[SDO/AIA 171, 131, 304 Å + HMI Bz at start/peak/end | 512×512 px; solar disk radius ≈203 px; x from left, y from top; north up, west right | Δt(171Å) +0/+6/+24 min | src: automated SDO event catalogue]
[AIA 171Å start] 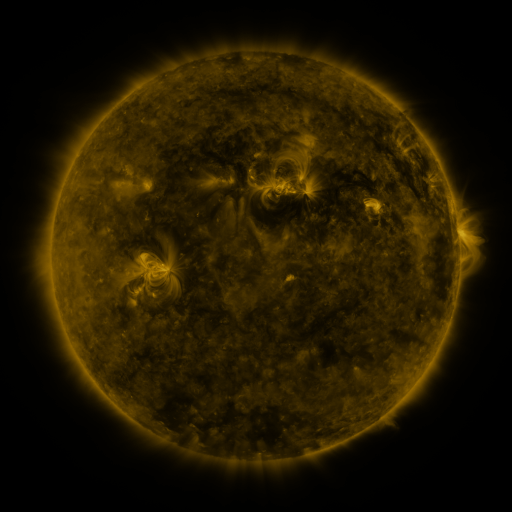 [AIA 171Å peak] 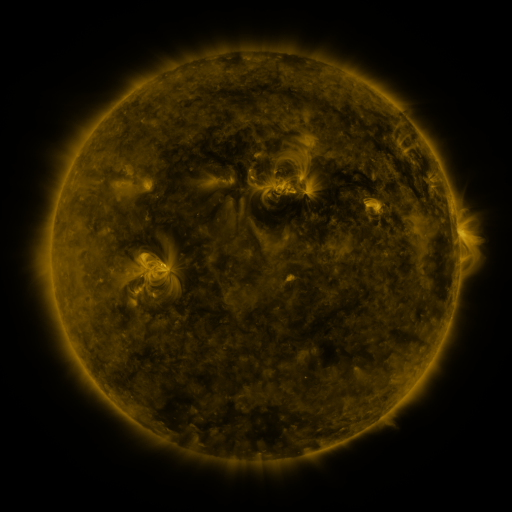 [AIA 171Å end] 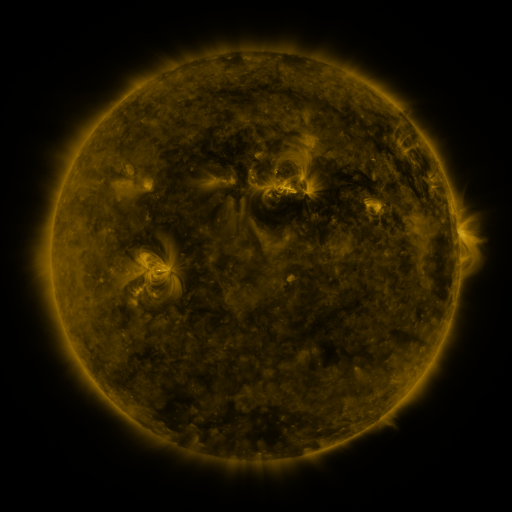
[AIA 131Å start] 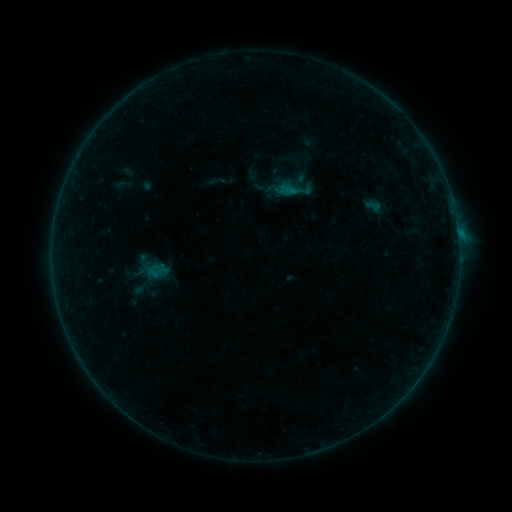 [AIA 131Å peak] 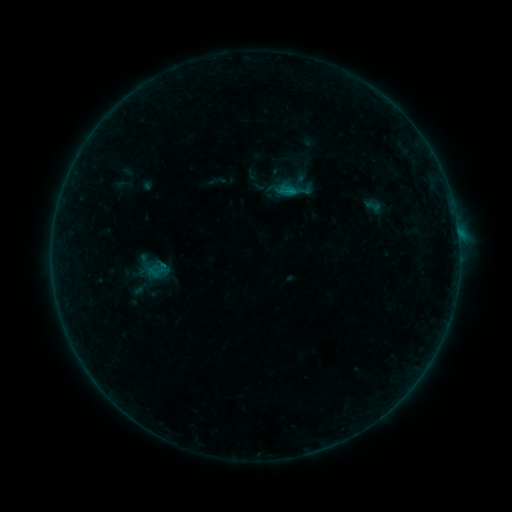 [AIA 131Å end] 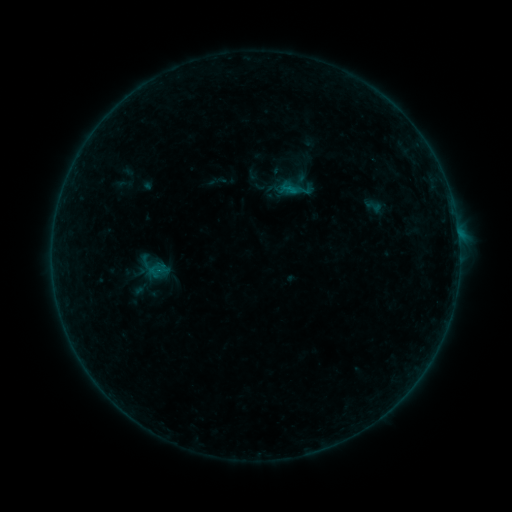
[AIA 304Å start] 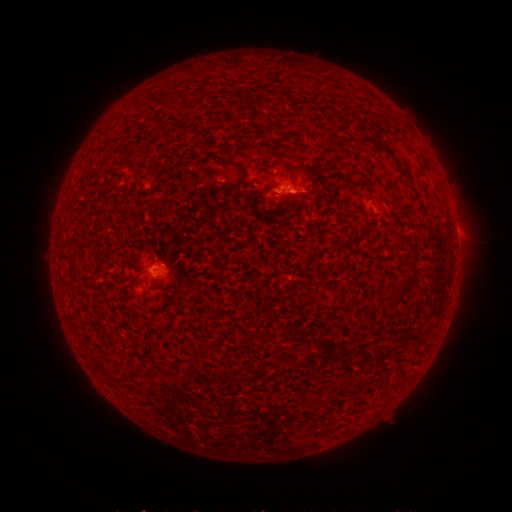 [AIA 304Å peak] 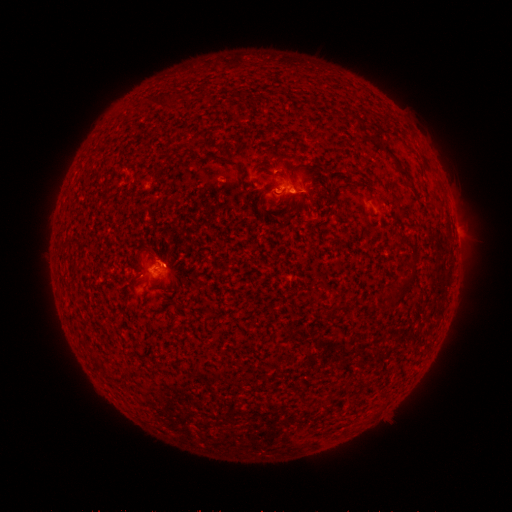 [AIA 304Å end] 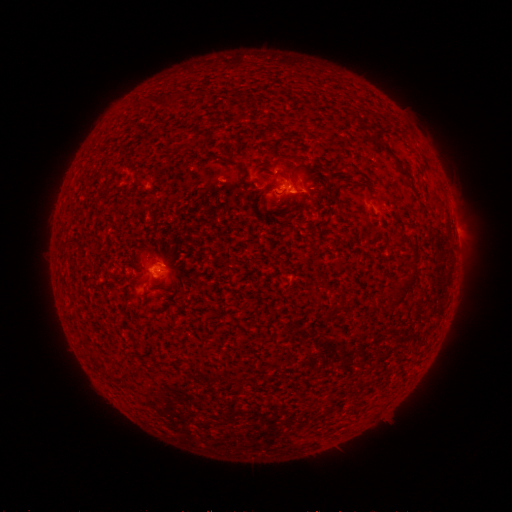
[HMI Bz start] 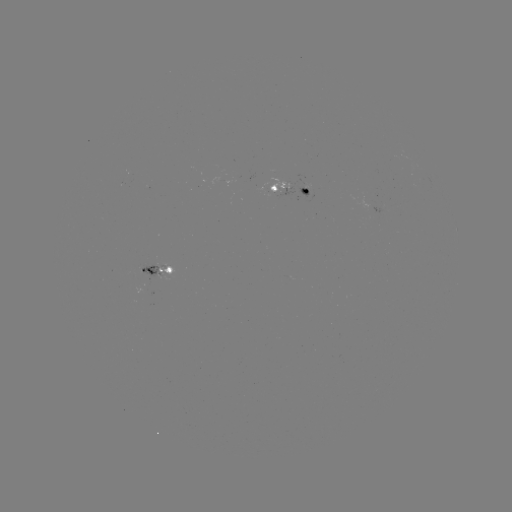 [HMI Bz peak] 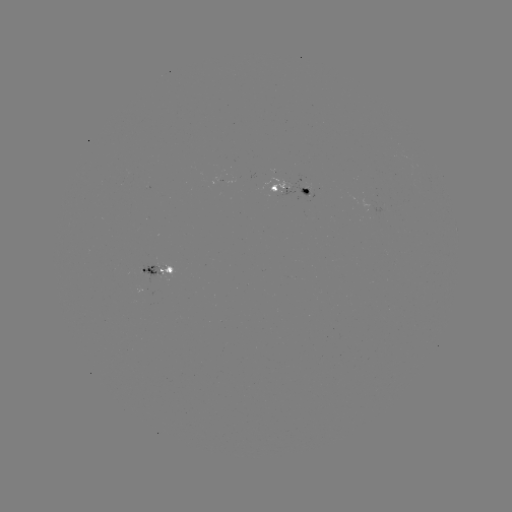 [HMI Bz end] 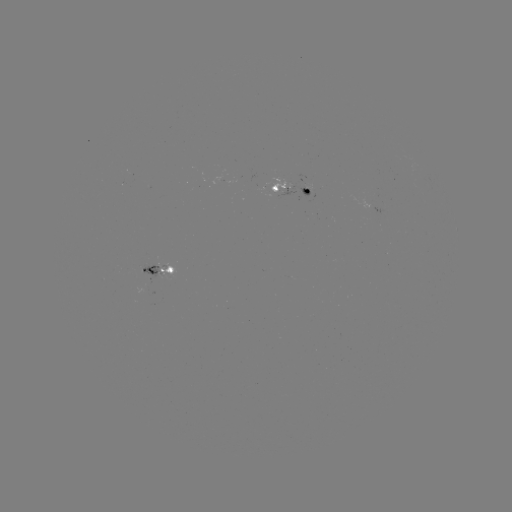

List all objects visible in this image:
B3.9 flare: (287, 194)
